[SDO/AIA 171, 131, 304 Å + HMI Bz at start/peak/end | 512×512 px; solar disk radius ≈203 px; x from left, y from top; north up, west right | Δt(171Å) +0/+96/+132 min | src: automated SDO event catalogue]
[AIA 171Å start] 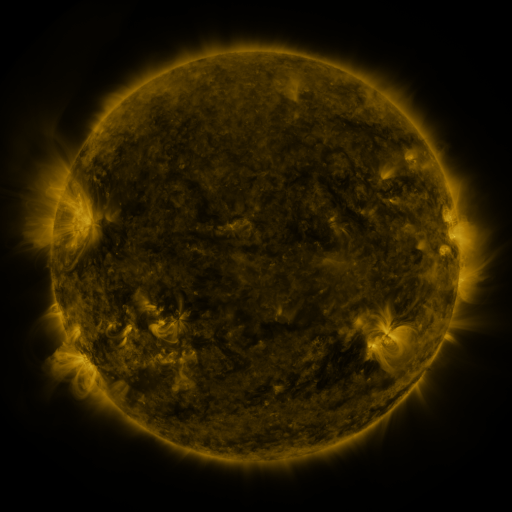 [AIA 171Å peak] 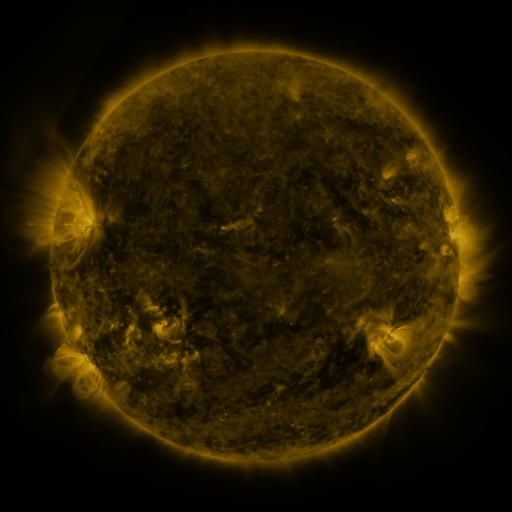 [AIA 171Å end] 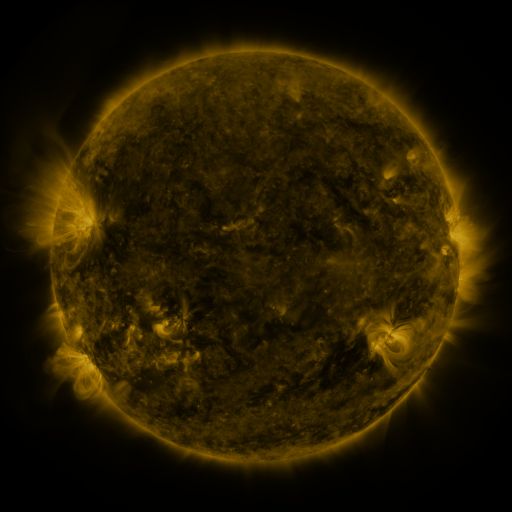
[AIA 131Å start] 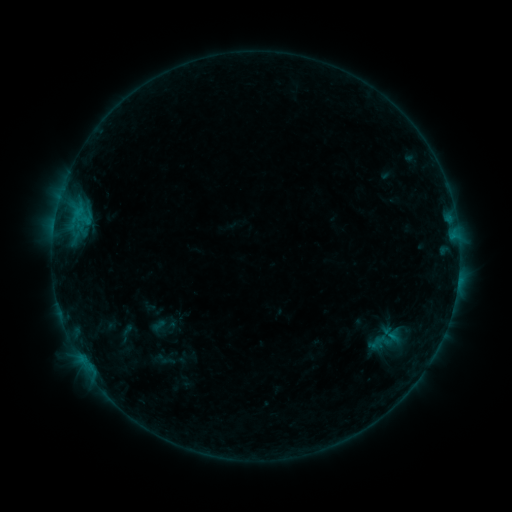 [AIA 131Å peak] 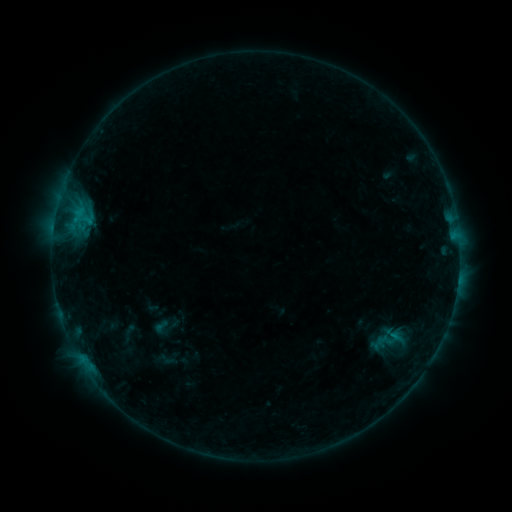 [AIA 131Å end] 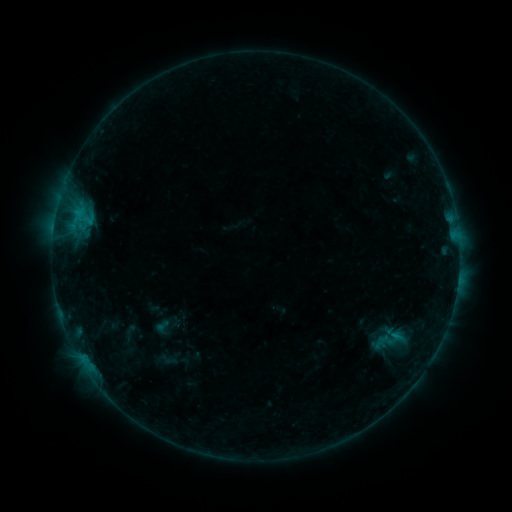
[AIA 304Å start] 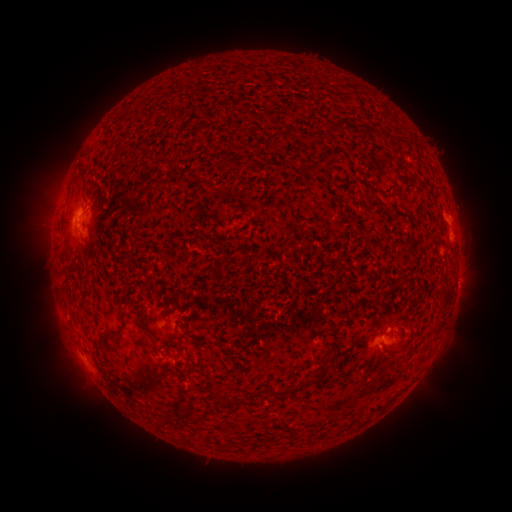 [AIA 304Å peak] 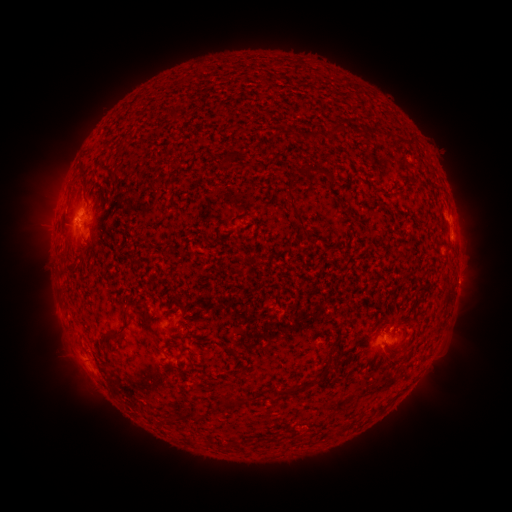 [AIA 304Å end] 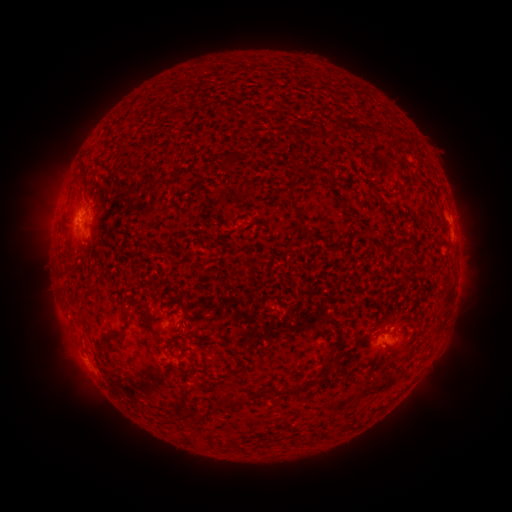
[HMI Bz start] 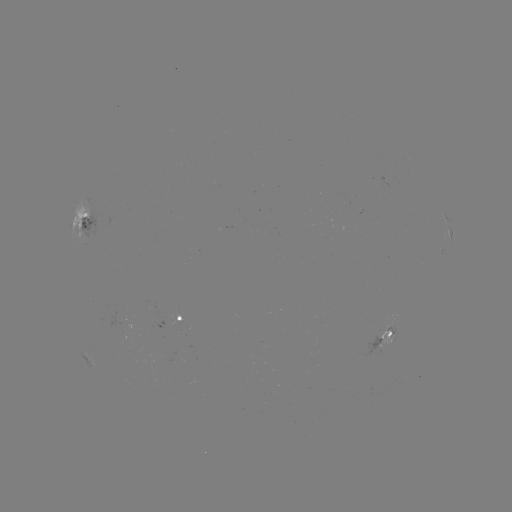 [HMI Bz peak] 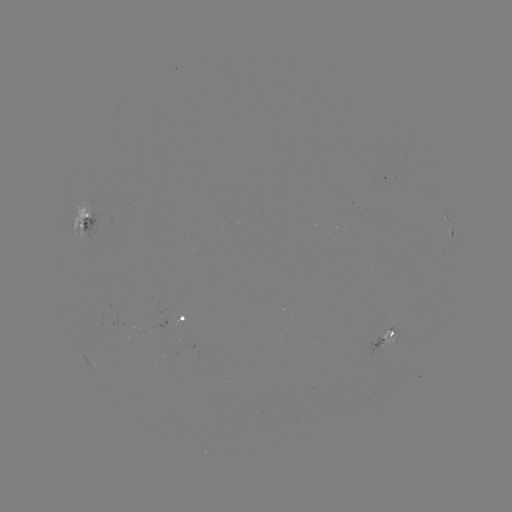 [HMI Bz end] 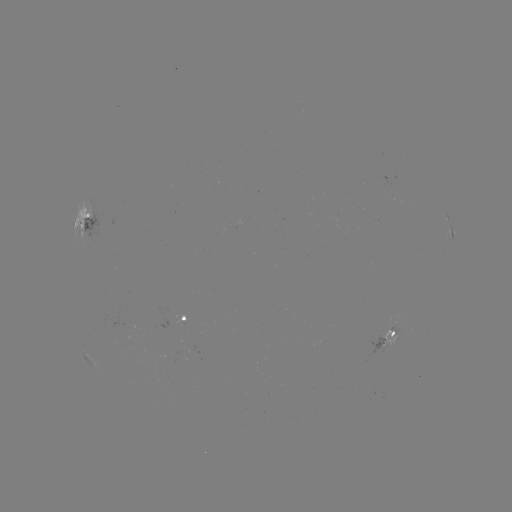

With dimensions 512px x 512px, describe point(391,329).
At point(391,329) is emerging-flux region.